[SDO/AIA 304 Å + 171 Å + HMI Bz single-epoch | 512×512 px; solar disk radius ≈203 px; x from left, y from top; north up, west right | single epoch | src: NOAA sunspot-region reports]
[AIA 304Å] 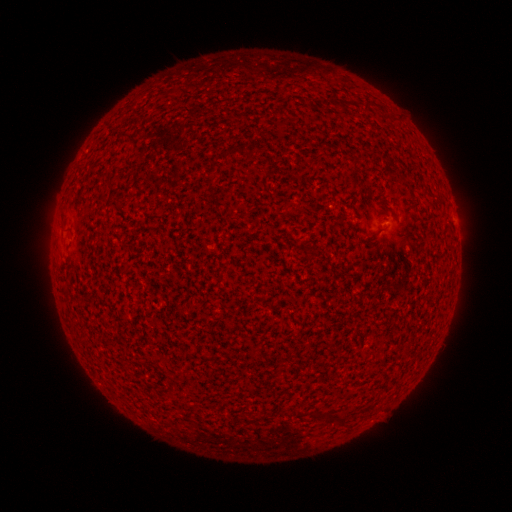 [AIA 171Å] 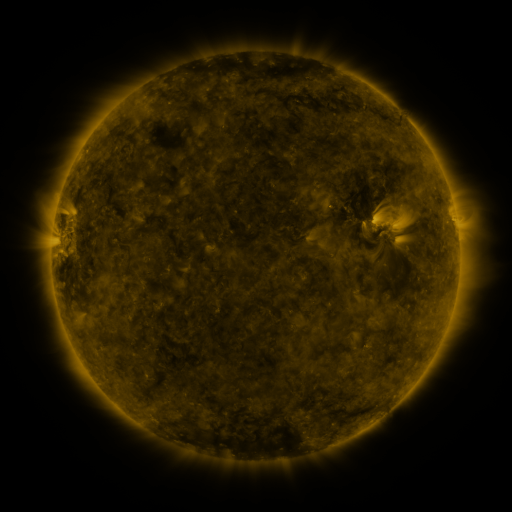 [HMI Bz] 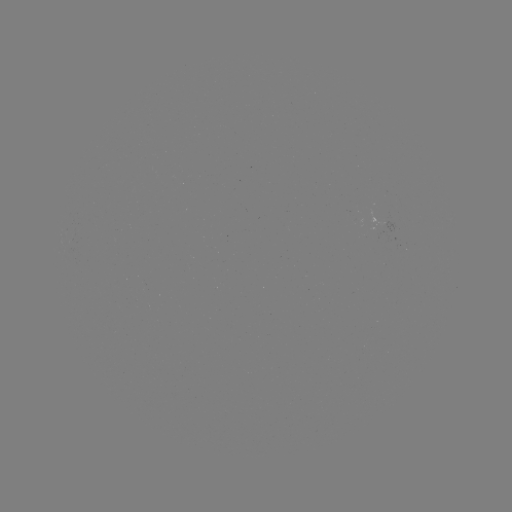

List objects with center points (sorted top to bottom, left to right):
(none)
